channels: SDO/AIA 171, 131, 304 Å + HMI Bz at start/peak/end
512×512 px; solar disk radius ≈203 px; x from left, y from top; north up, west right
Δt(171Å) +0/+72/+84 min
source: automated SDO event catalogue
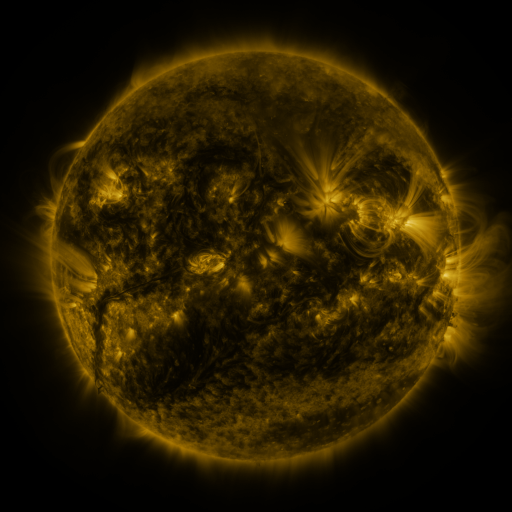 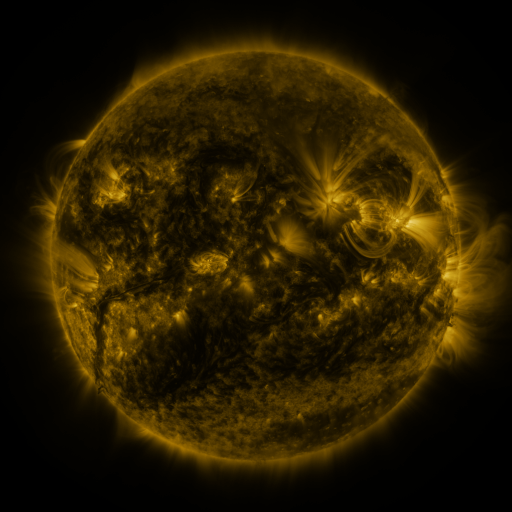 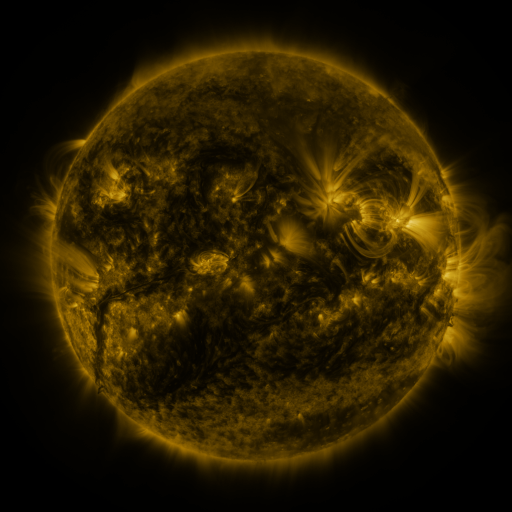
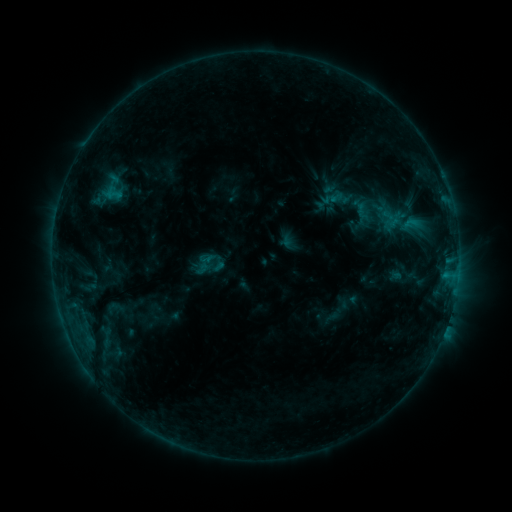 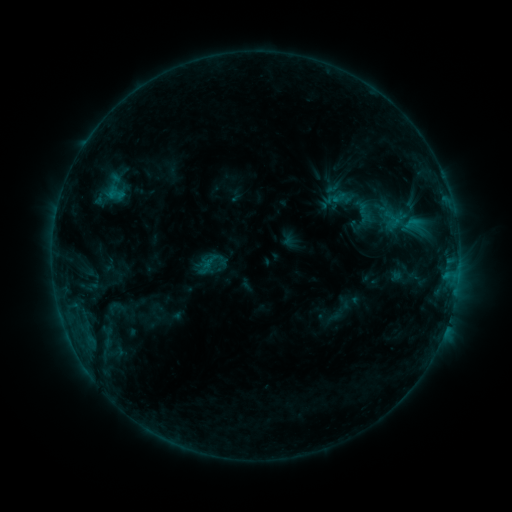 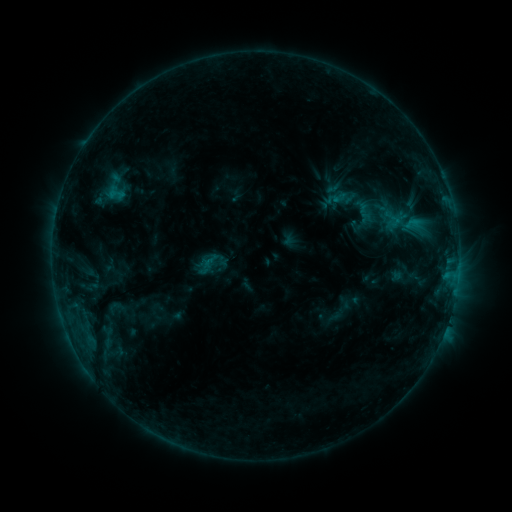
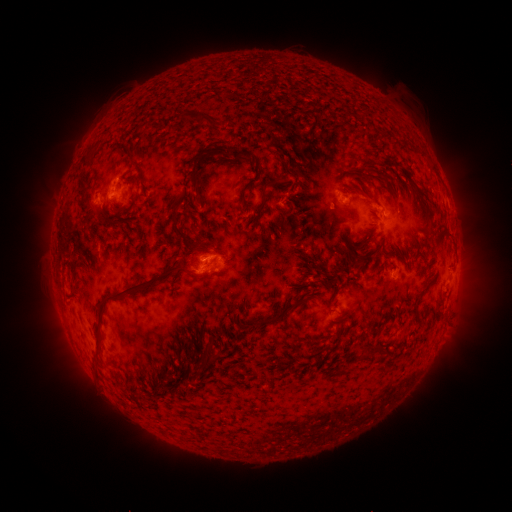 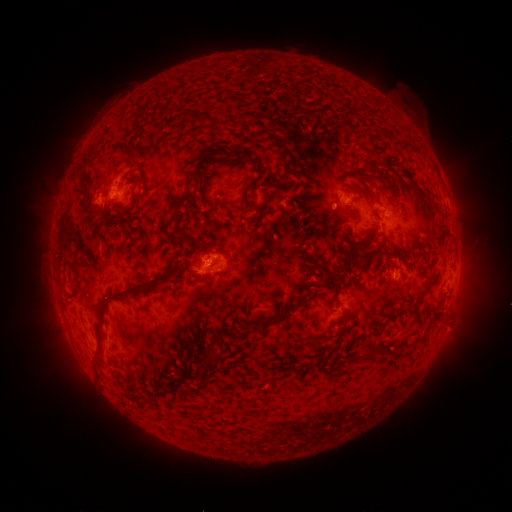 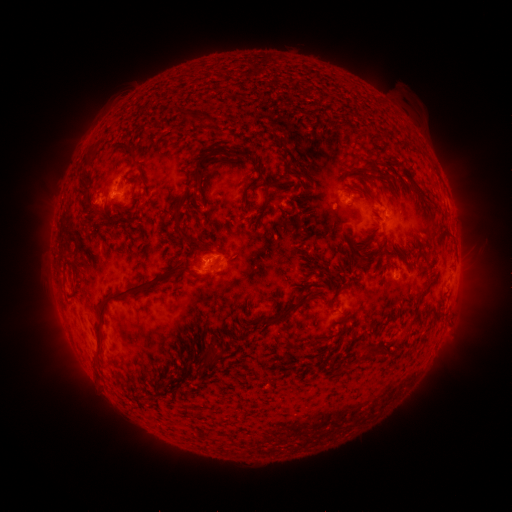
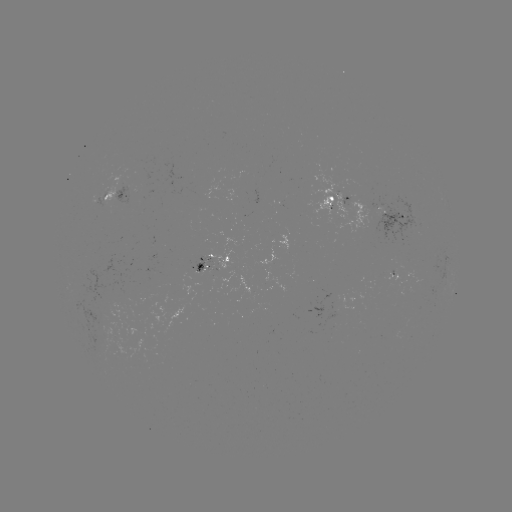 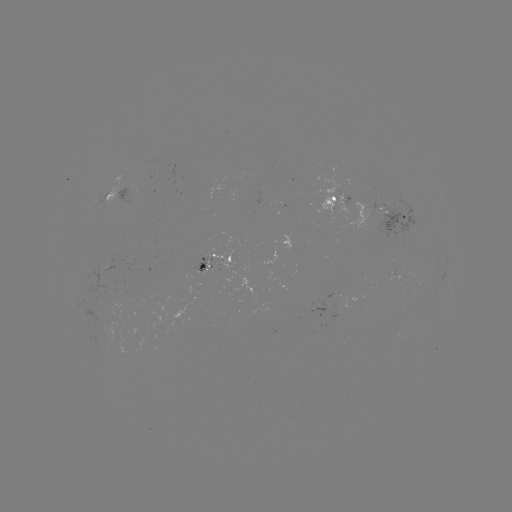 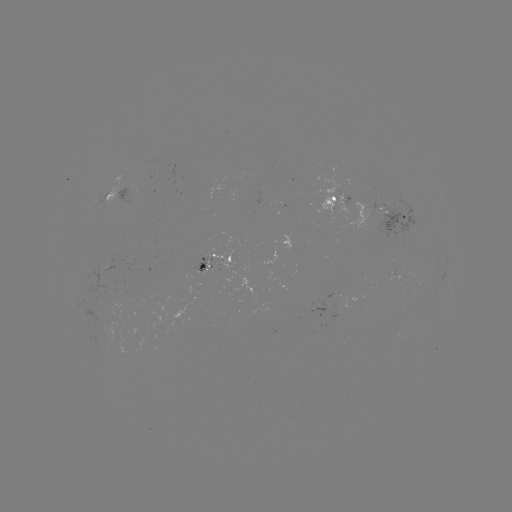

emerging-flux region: [81, 310, 110, 330]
